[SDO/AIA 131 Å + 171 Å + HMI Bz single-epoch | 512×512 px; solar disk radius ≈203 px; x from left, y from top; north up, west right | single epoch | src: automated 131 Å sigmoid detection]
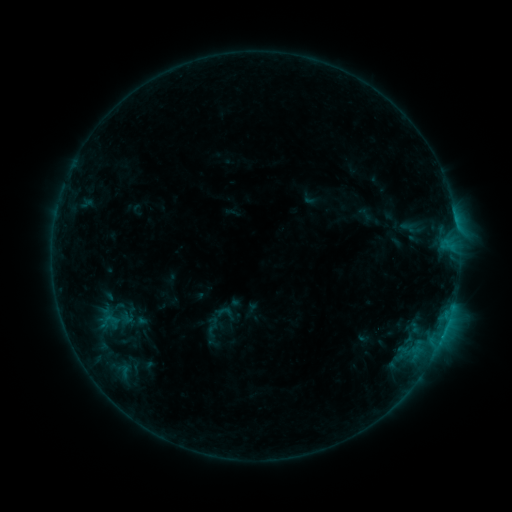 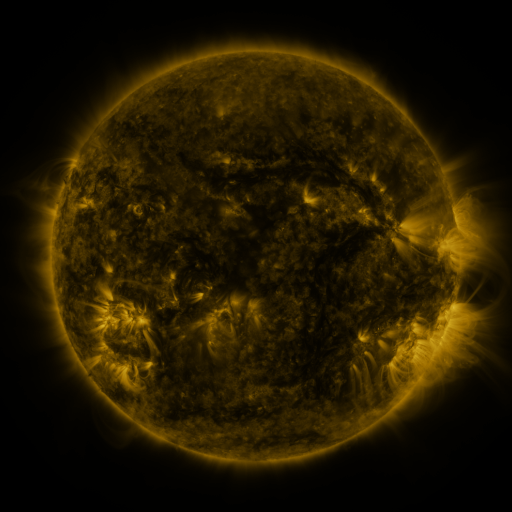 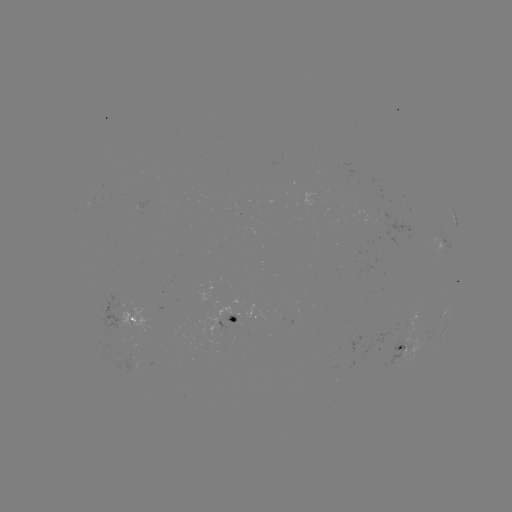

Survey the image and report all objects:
sigmoid: (98, 310, 123, 329)
